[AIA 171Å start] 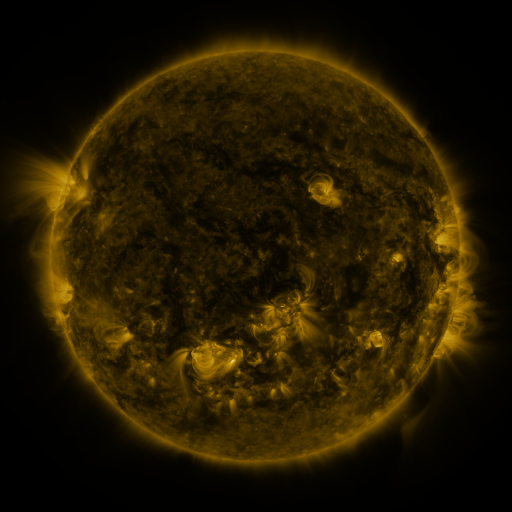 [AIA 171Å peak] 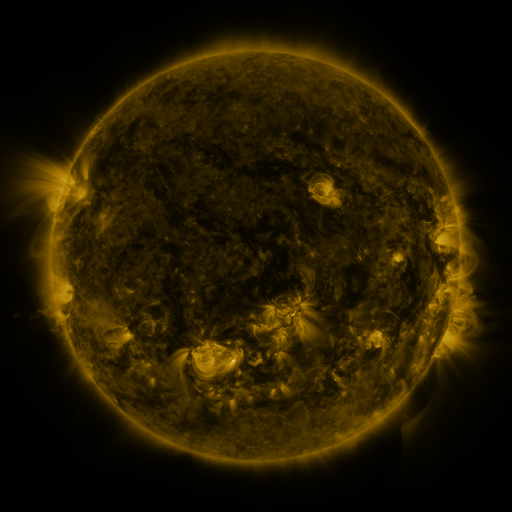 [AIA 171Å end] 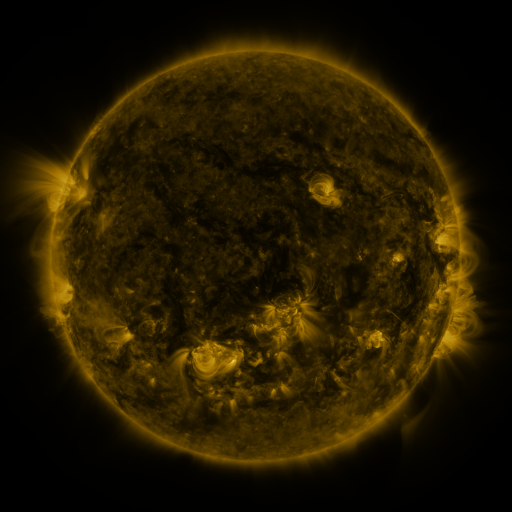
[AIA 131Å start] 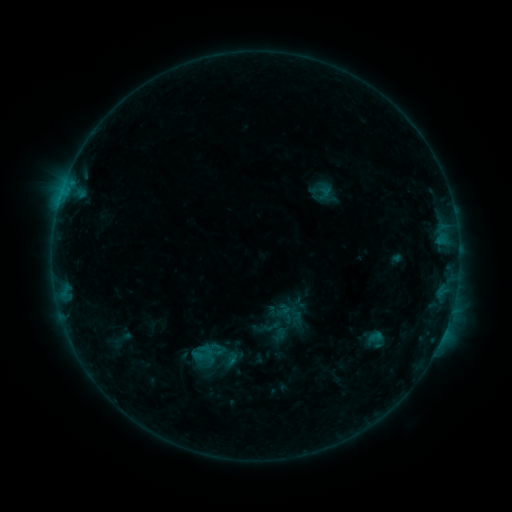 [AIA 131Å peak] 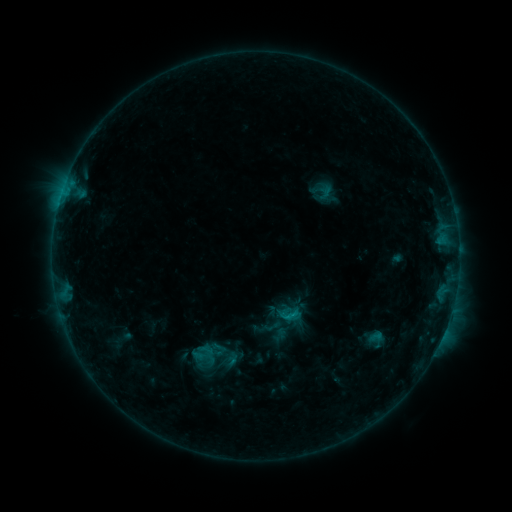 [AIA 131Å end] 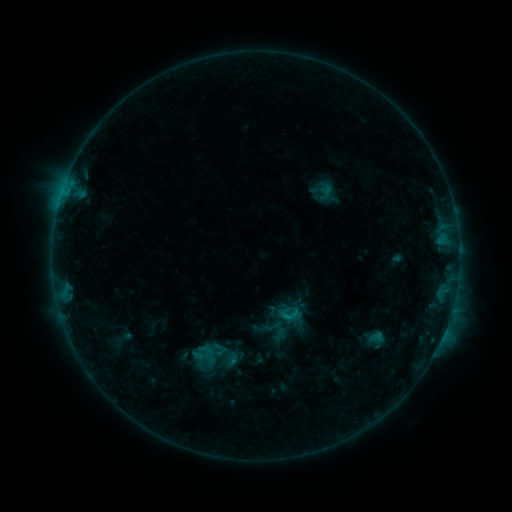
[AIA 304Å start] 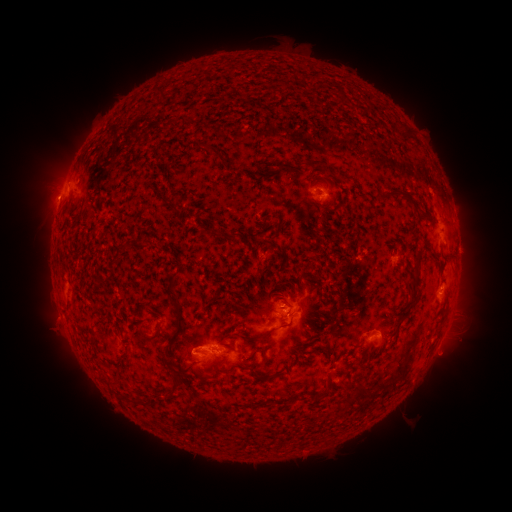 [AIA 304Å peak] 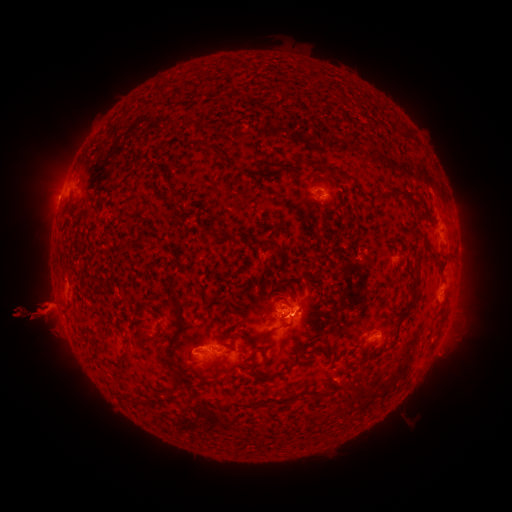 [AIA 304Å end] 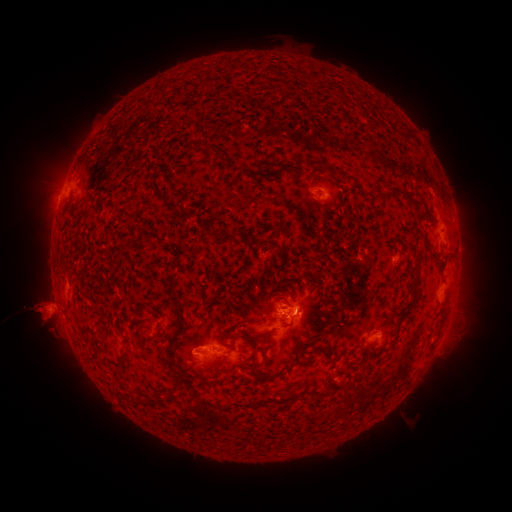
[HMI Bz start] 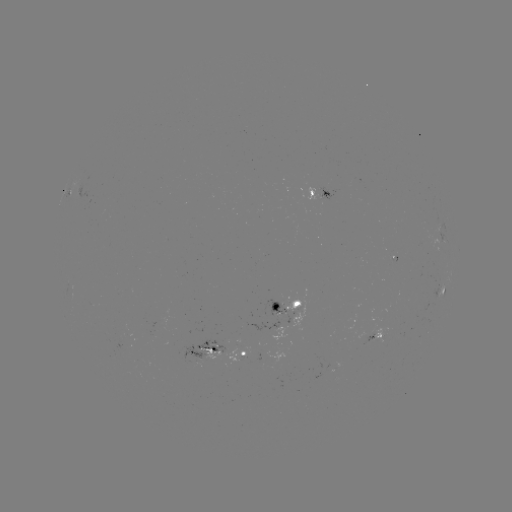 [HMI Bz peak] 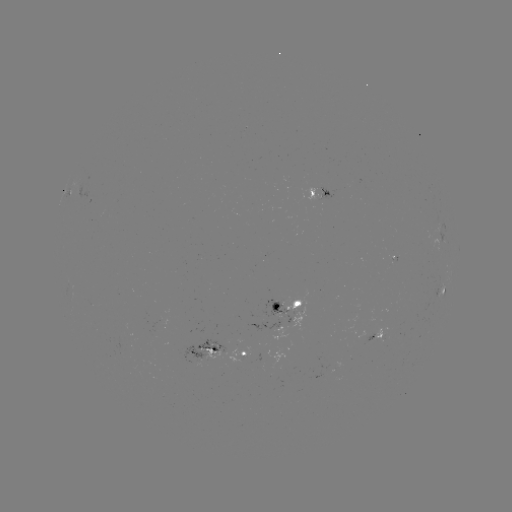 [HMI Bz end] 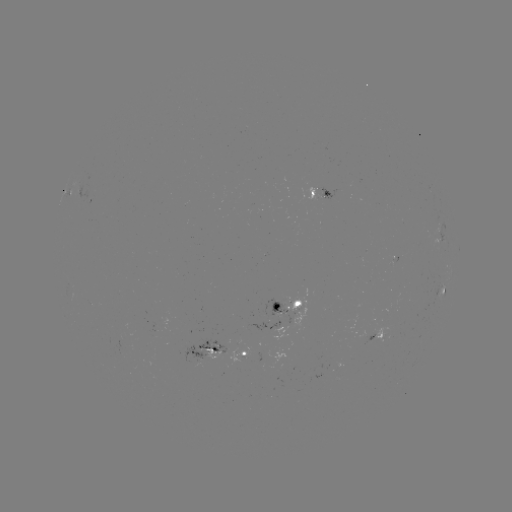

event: eruption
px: (43, 319)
